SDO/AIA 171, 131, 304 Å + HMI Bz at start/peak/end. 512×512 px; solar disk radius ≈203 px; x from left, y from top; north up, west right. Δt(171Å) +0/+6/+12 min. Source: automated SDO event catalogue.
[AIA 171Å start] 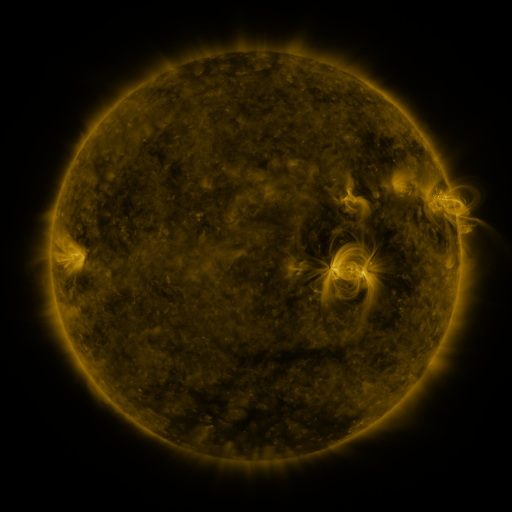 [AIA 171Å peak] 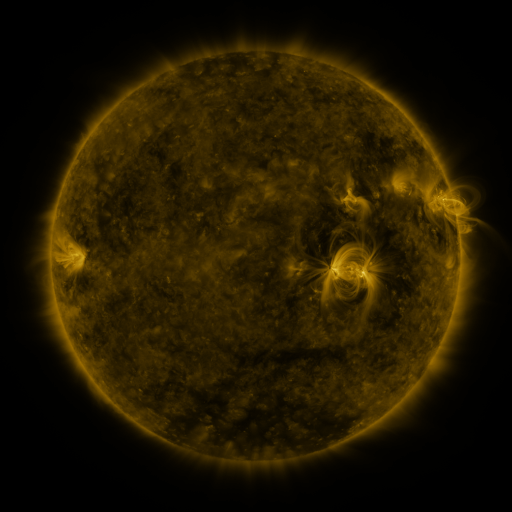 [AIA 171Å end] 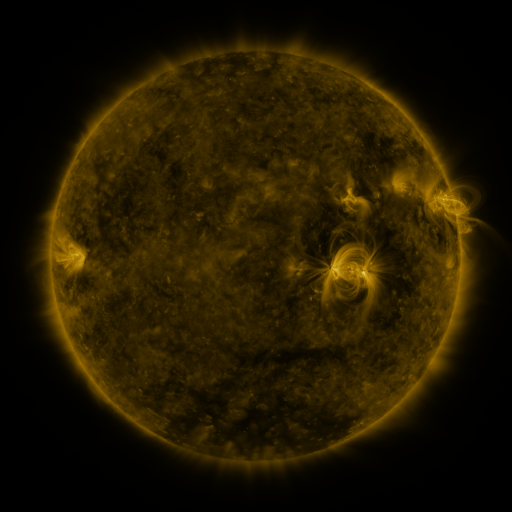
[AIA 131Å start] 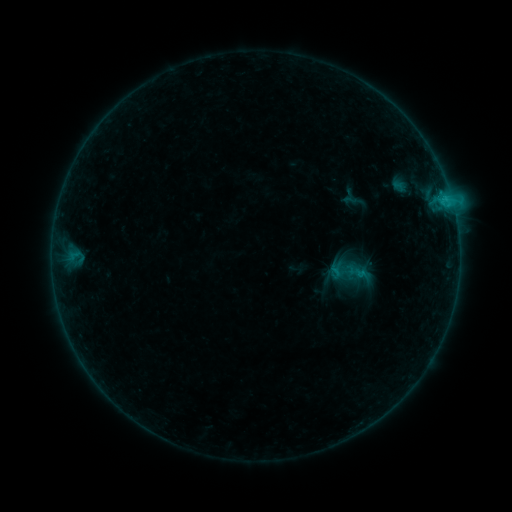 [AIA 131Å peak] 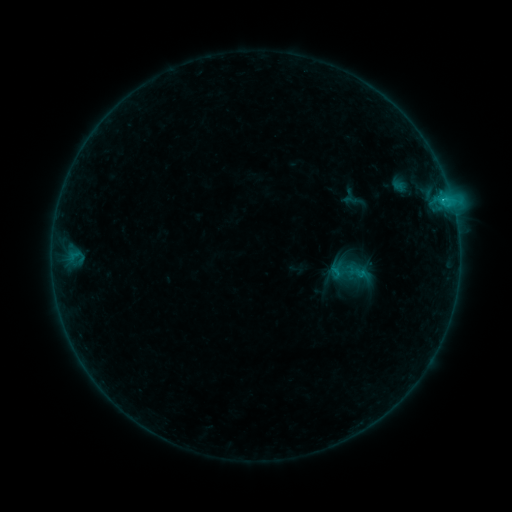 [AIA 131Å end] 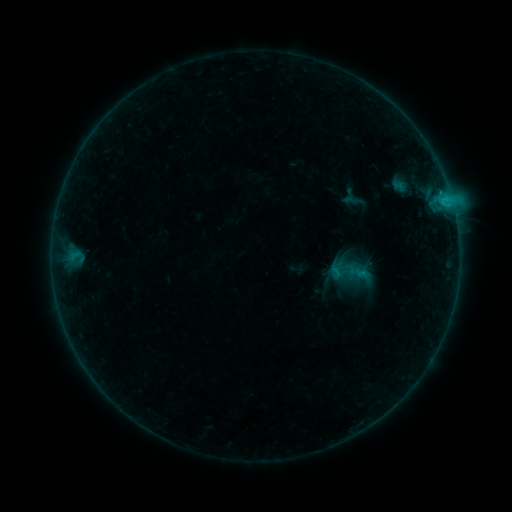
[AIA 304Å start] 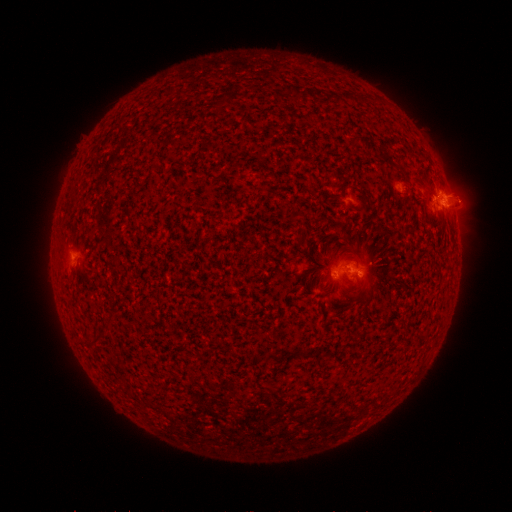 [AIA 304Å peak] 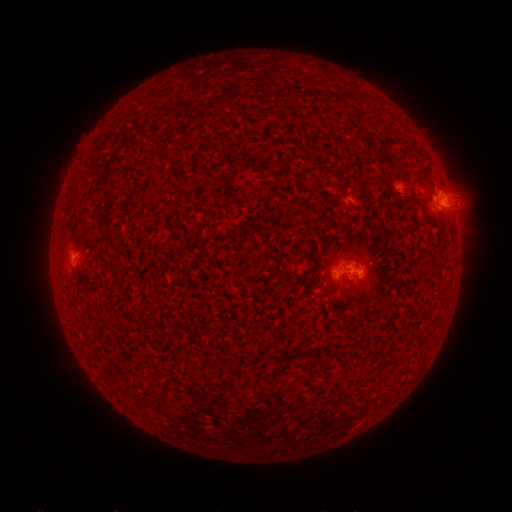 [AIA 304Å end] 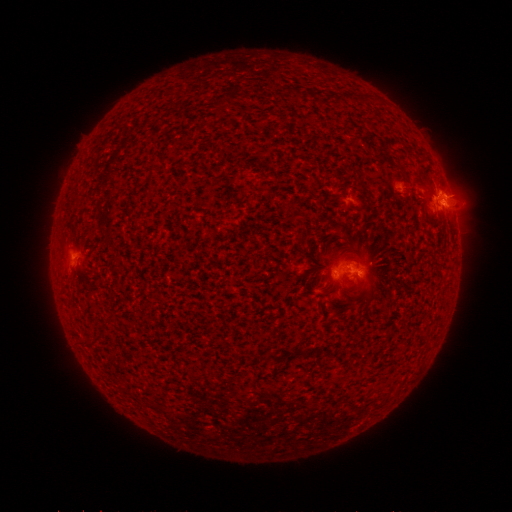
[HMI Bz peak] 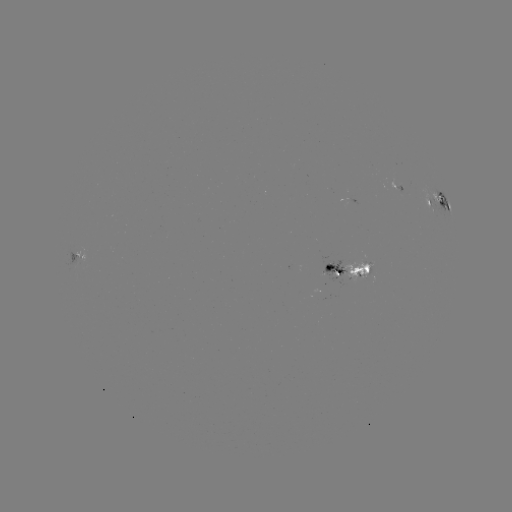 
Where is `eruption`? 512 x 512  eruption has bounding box [442, 185, 484, 233].